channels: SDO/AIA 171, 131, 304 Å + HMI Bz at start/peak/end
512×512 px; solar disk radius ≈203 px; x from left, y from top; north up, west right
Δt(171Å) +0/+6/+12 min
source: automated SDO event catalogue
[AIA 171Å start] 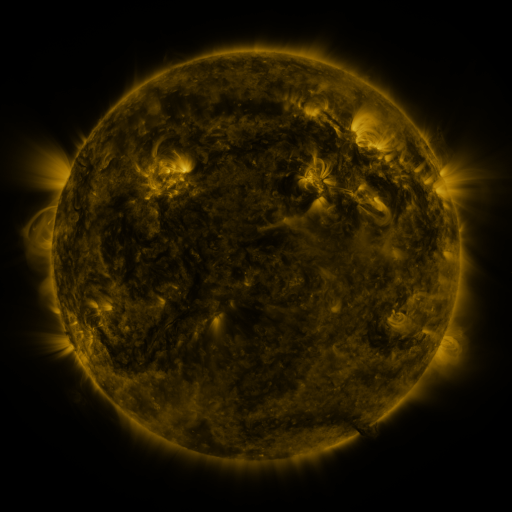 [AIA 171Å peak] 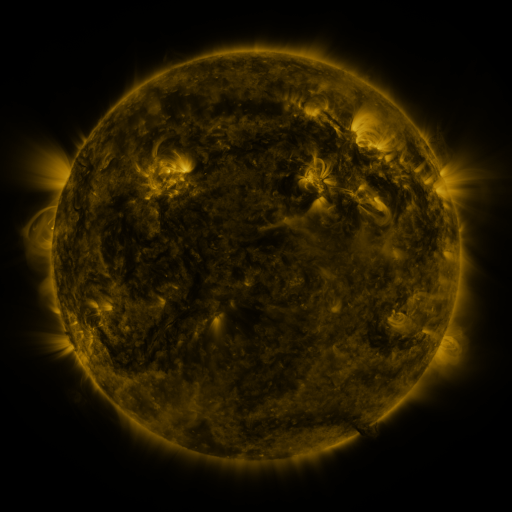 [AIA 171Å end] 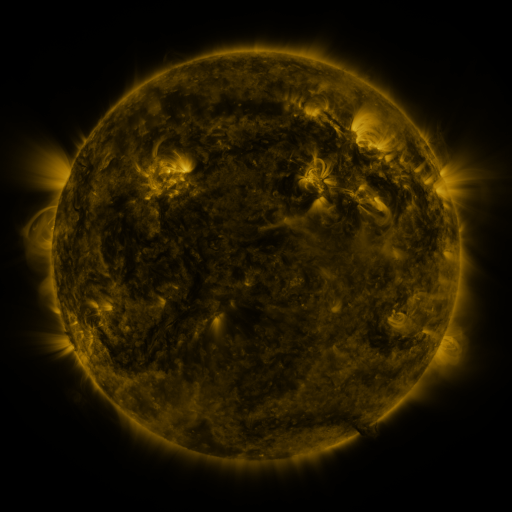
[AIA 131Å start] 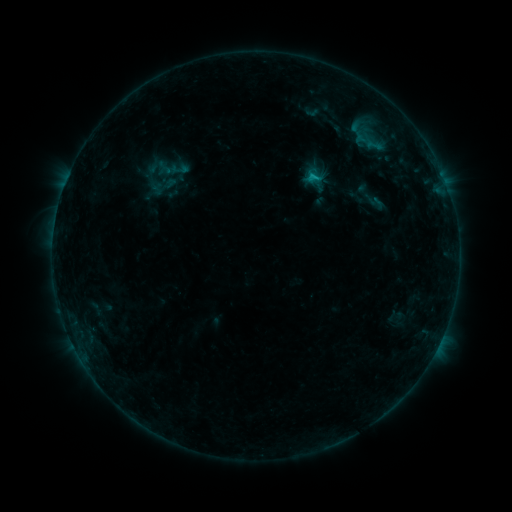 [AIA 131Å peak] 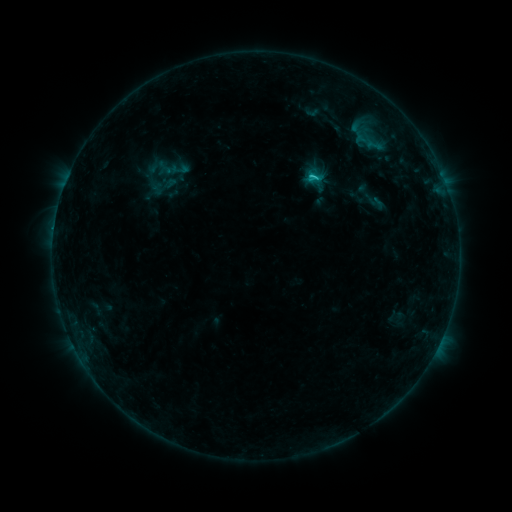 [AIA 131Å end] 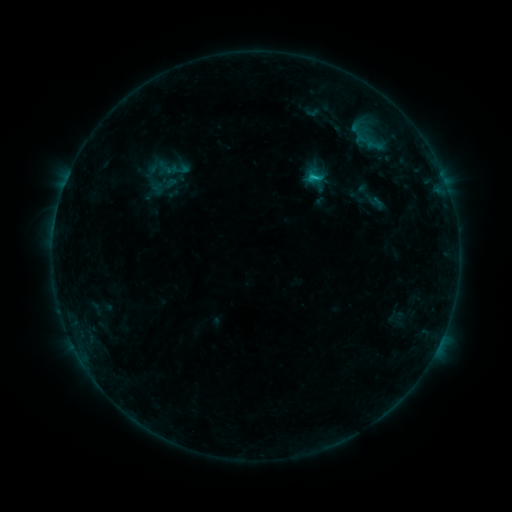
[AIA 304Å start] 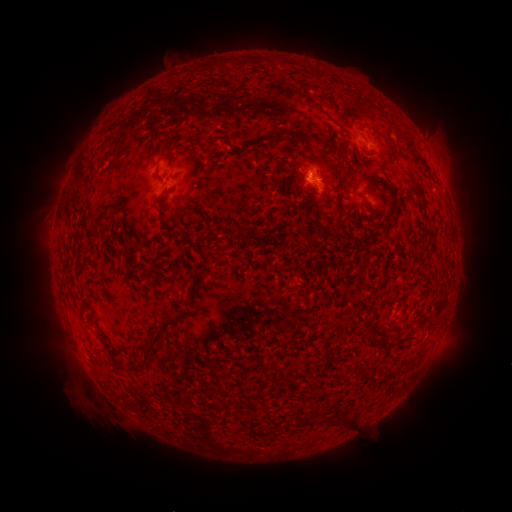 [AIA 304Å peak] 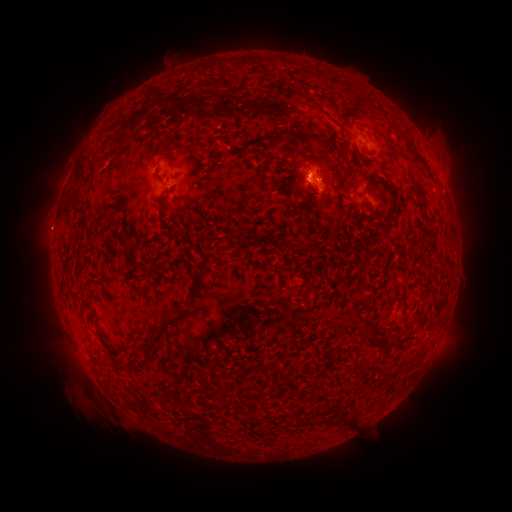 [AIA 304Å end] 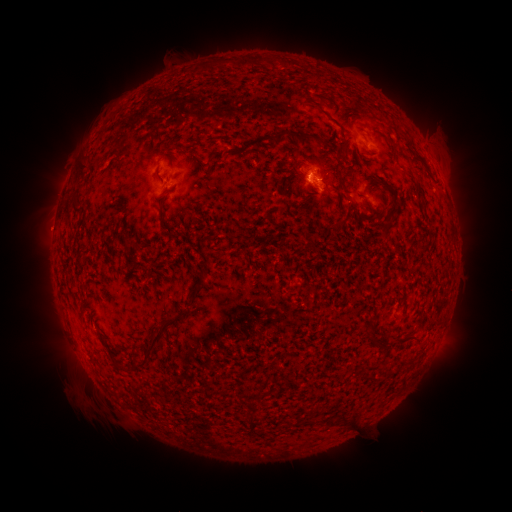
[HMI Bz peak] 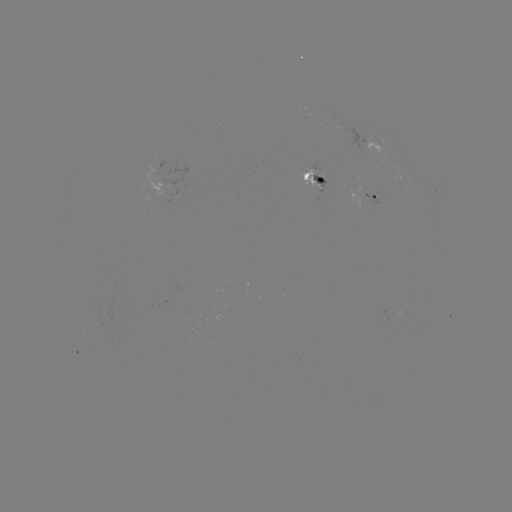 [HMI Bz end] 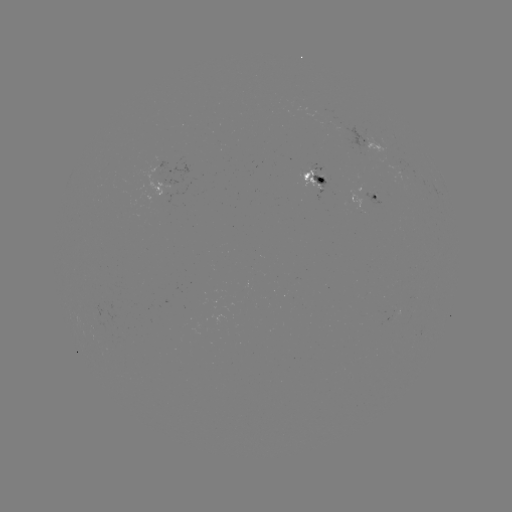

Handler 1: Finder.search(C1.0 flare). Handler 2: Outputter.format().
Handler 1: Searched C1.0 flare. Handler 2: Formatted [310, 180].